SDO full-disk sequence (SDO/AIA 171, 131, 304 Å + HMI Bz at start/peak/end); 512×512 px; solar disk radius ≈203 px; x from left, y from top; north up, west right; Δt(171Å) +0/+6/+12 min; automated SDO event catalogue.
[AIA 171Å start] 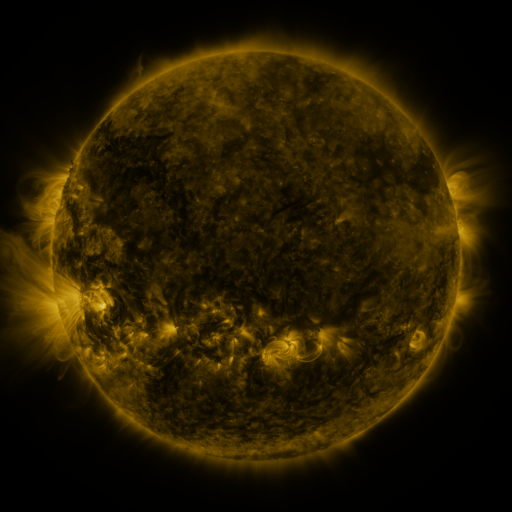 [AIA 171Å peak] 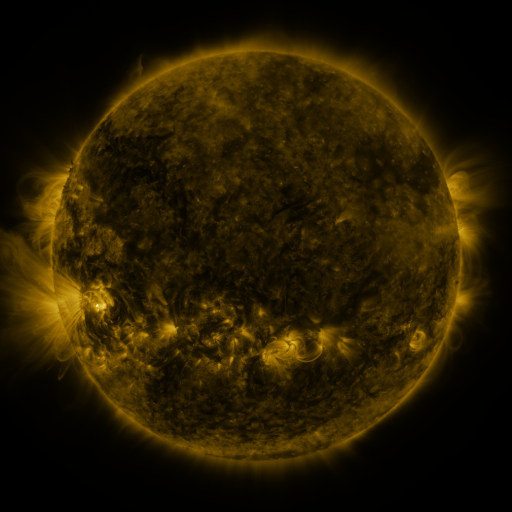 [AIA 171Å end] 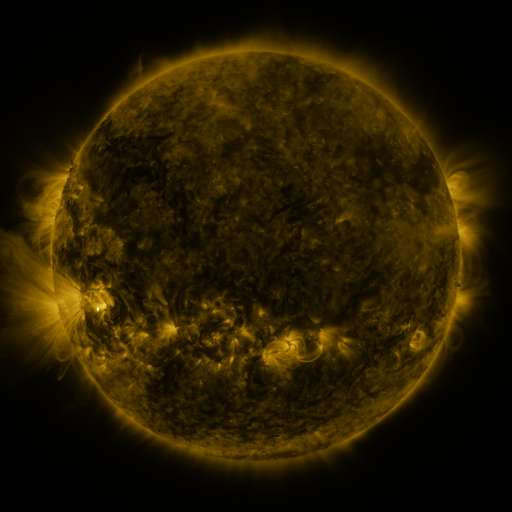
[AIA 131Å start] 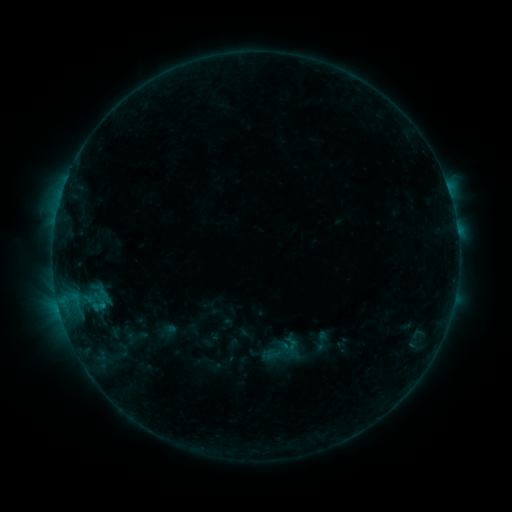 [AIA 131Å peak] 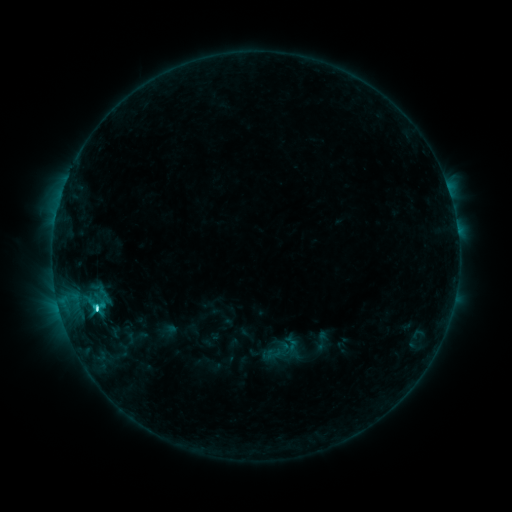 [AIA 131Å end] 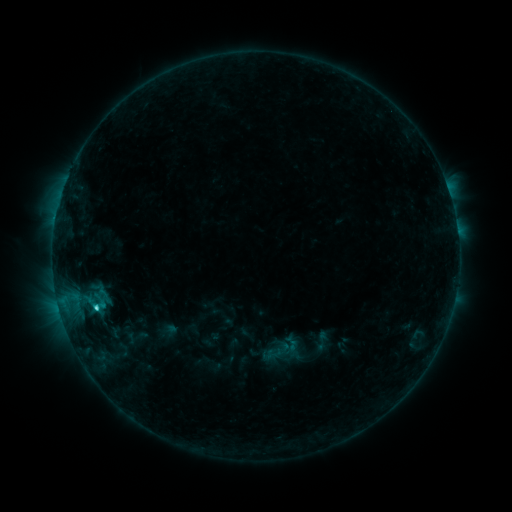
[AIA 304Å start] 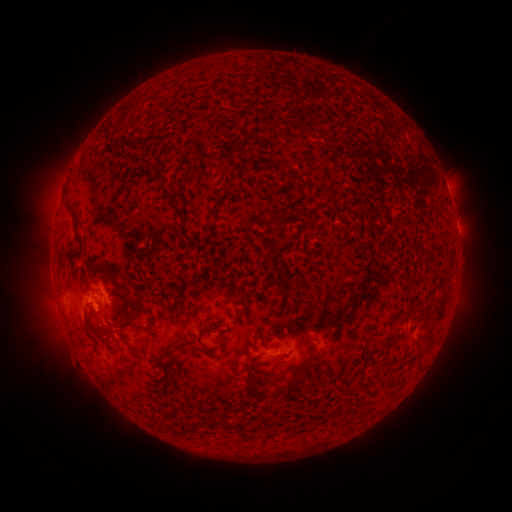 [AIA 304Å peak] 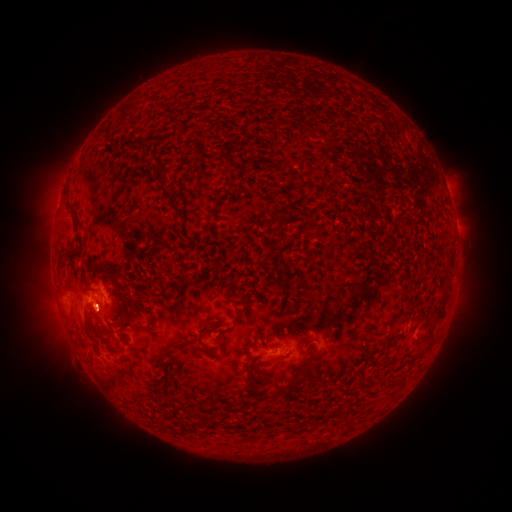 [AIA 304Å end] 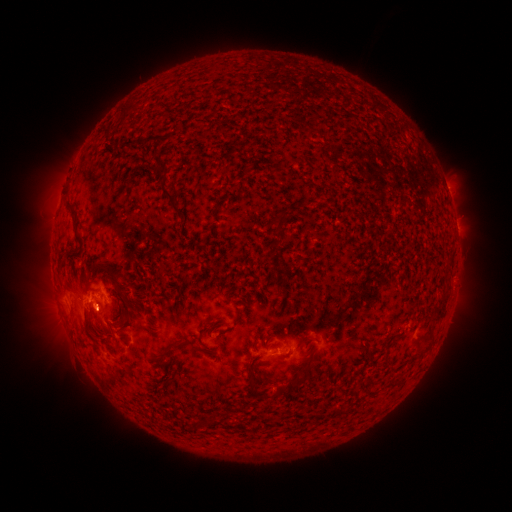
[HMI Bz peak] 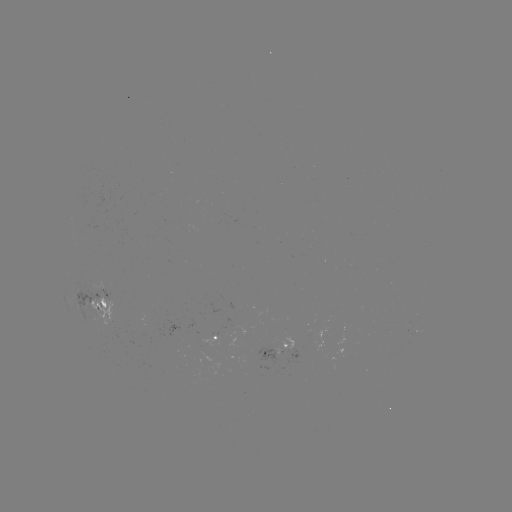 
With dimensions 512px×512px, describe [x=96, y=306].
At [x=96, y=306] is C3.9 flare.